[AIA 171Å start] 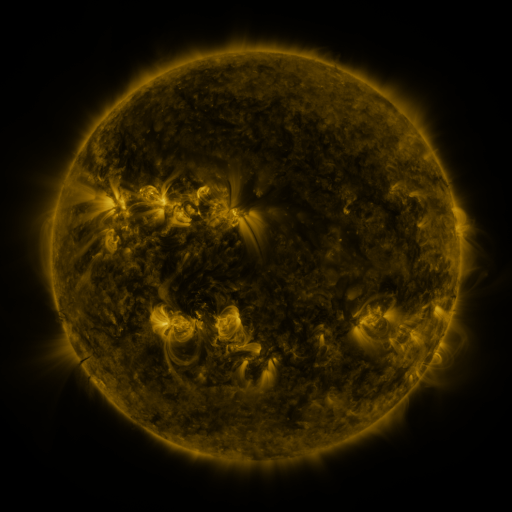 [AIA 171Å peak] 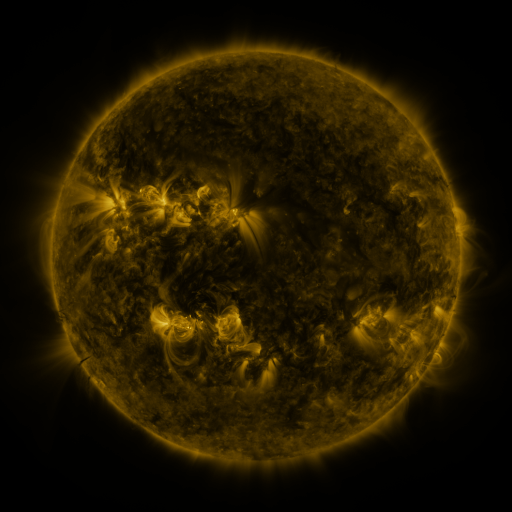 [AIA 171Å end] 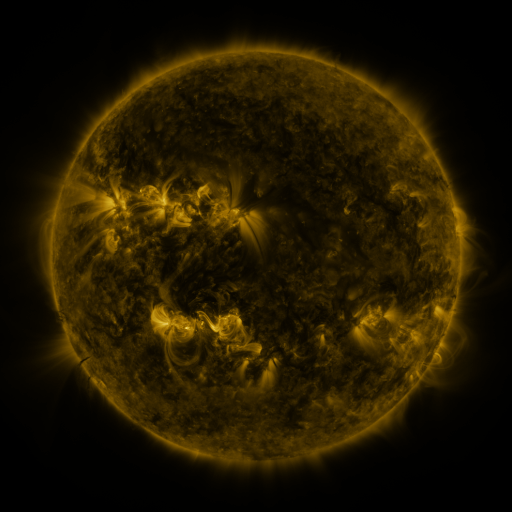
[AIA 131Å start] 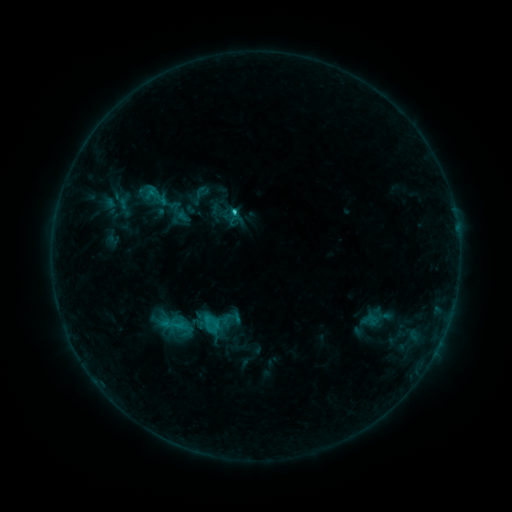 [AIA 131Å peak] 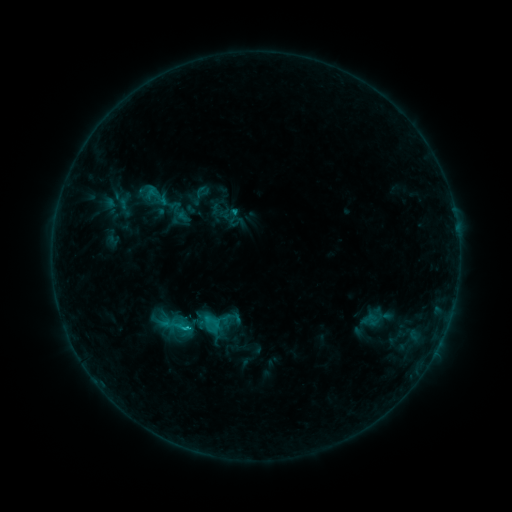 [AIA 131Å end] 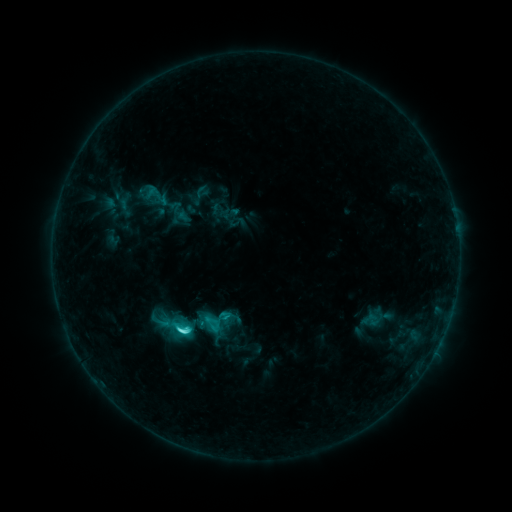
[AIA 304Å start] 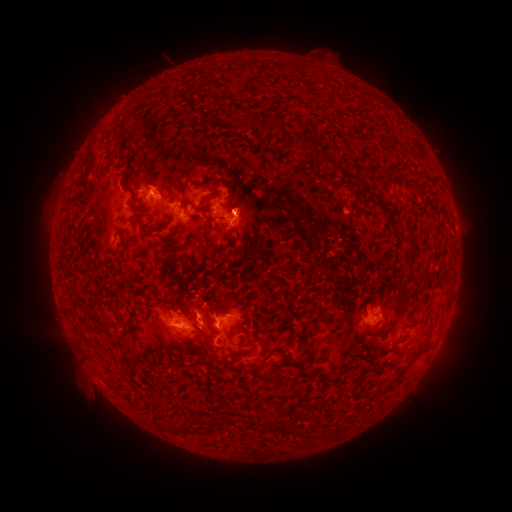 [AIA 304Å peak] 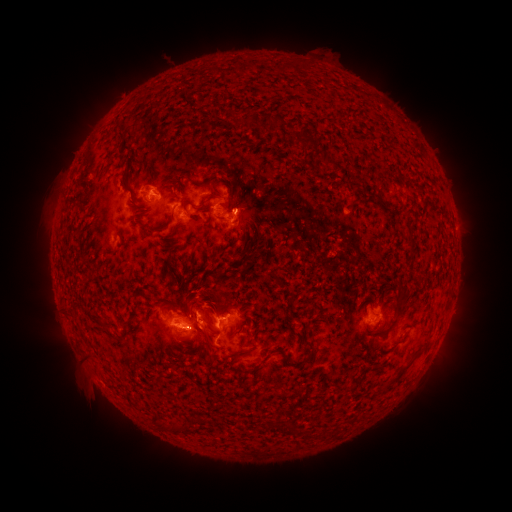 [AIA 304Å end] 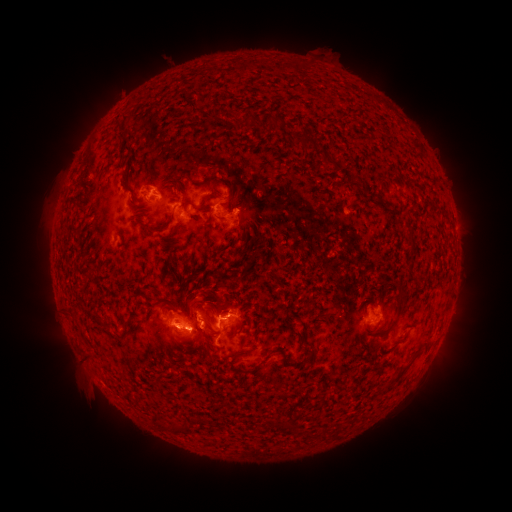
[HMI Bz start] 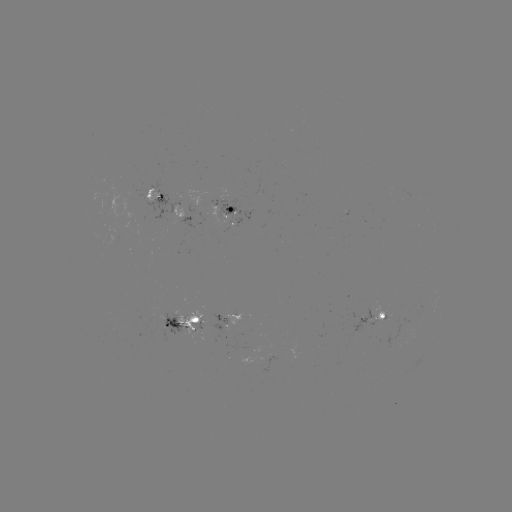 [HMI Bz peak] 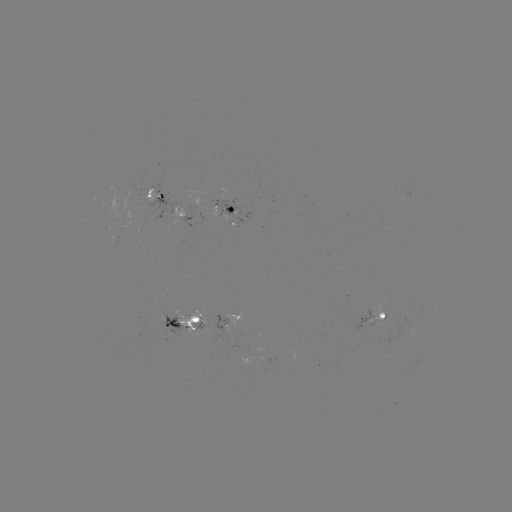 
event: flare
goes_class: C8.2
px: (189, 328)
